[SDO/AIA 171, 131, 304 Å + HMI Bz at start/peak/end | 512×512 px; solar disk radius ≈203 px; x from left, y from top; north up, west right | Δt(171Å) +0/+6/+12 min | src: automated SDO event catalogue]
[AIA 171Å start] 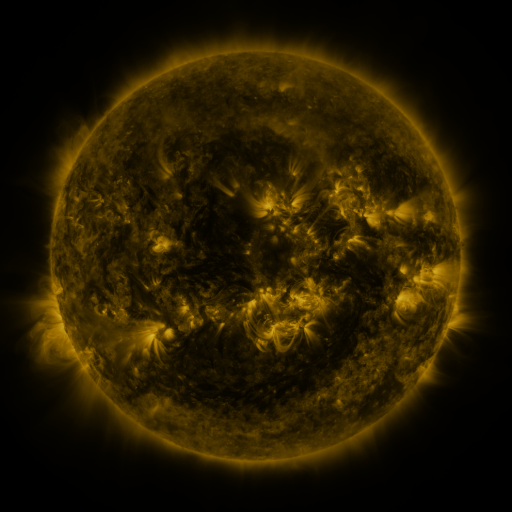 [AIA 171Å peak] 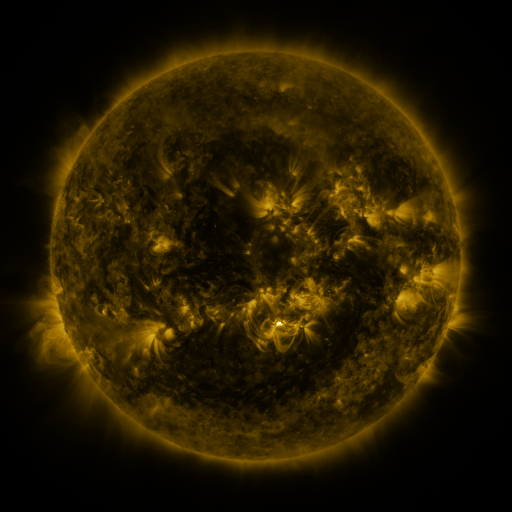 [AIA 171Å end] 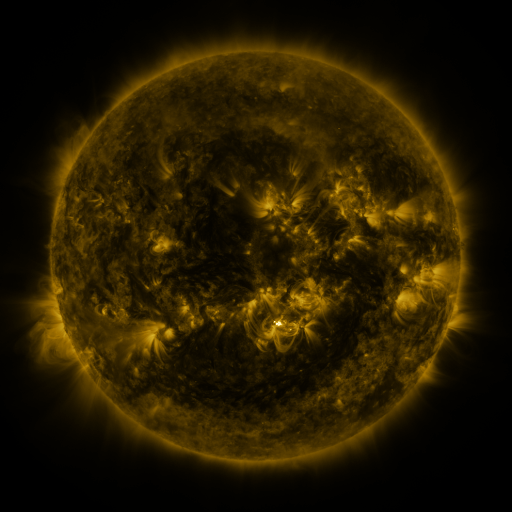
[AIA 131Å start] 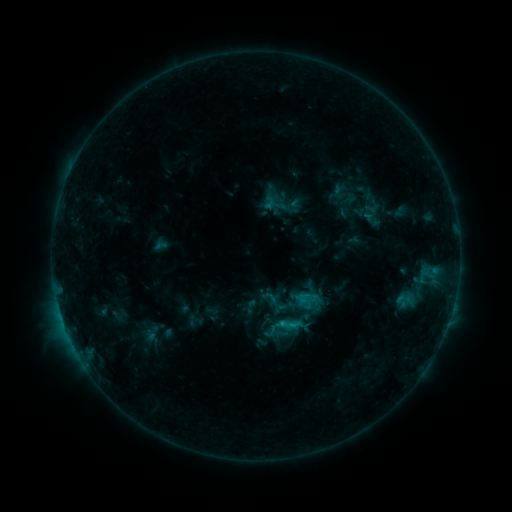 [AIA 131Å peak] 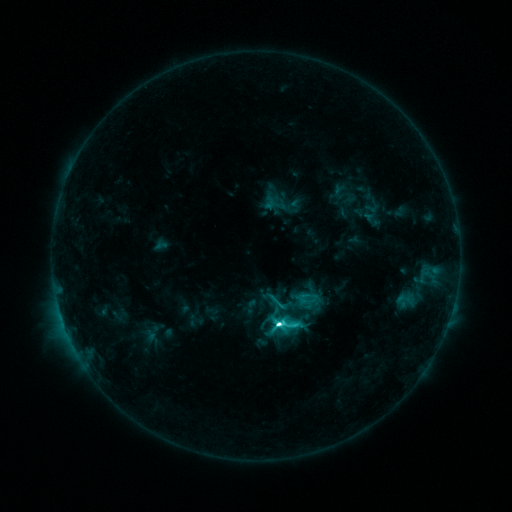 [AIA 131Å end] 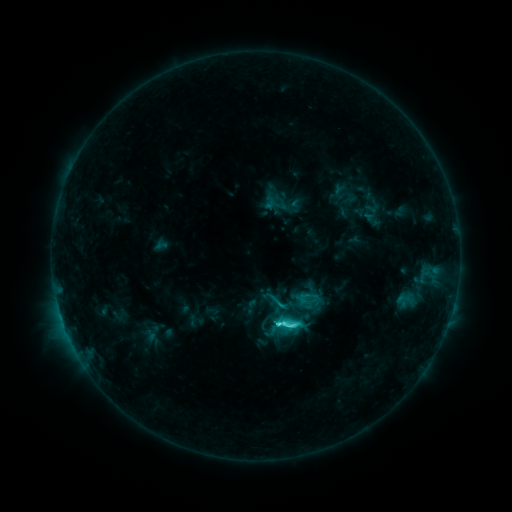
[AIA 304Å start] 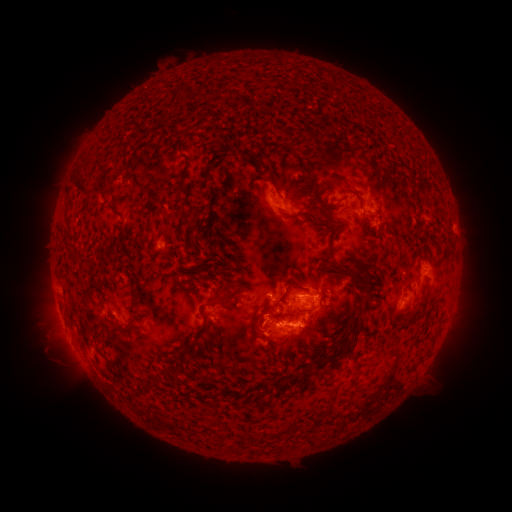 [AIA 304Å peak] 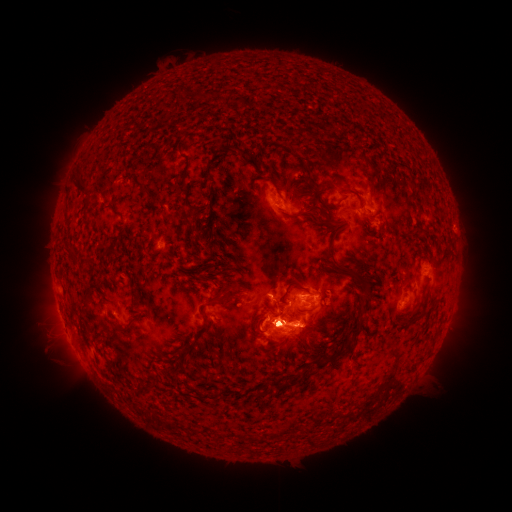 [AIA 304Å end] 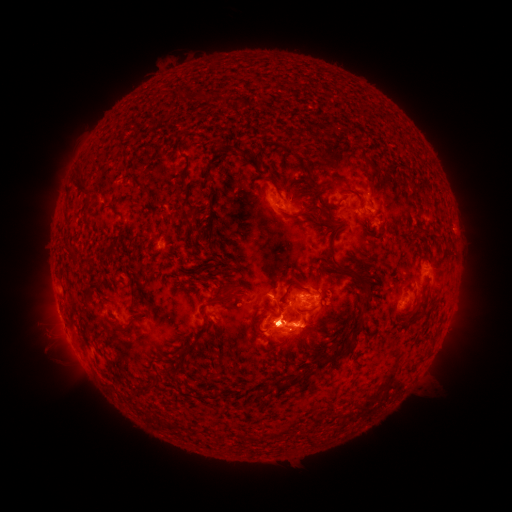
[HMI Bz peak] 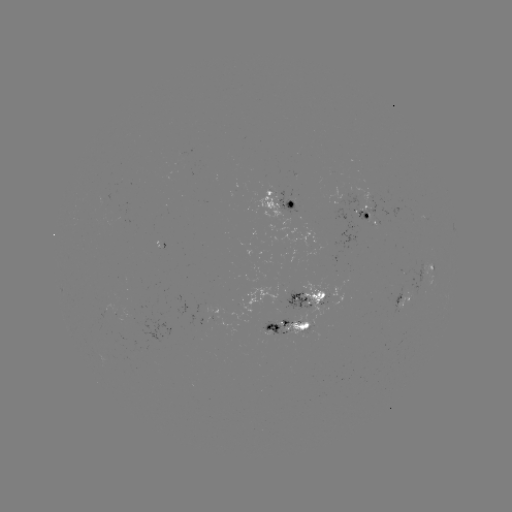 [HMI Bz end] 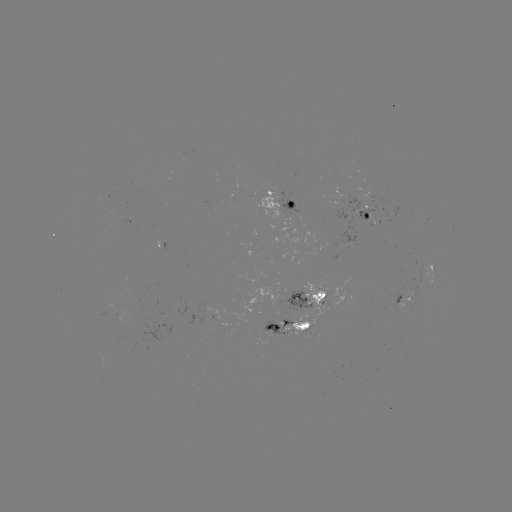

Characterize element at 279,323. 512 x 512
C9.0 flare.